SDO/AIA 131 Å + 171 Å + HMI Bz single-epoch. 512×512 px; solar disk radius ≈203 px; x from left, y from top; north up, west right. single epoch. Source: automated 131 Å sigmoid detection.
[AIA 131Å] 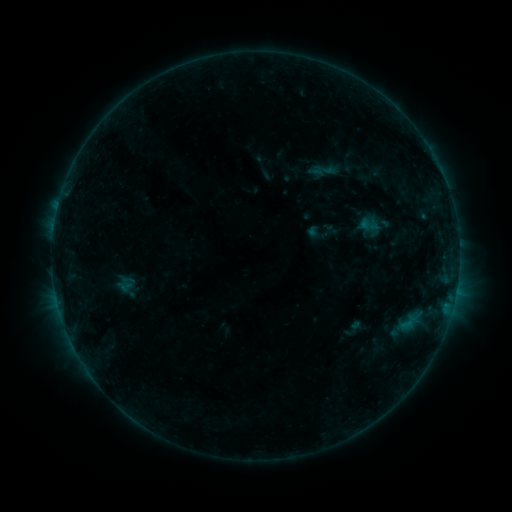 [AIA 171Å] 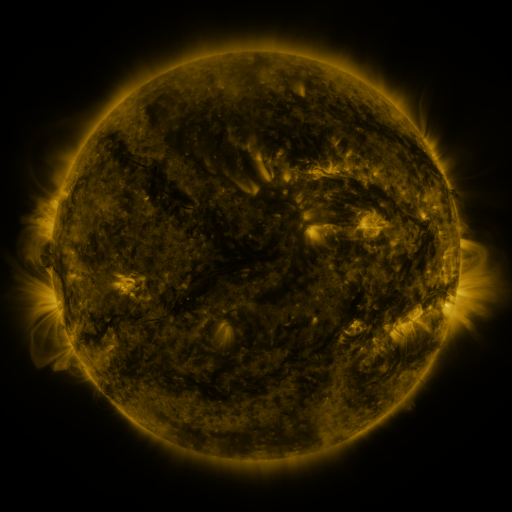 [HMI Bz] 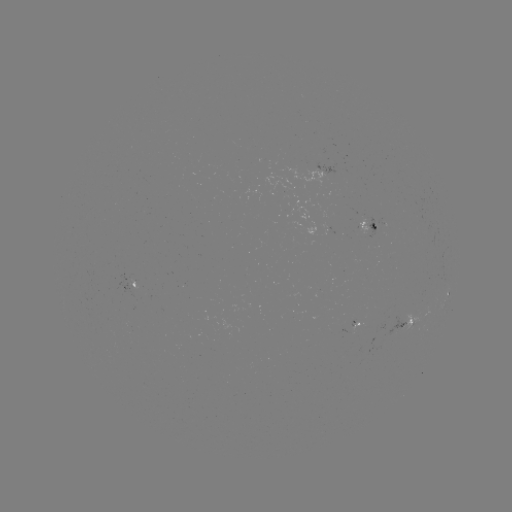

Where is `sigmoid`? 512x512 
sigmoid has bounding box [309, 159, 339, 182].